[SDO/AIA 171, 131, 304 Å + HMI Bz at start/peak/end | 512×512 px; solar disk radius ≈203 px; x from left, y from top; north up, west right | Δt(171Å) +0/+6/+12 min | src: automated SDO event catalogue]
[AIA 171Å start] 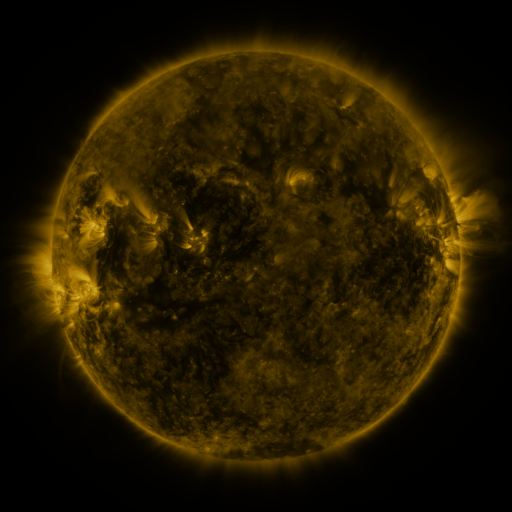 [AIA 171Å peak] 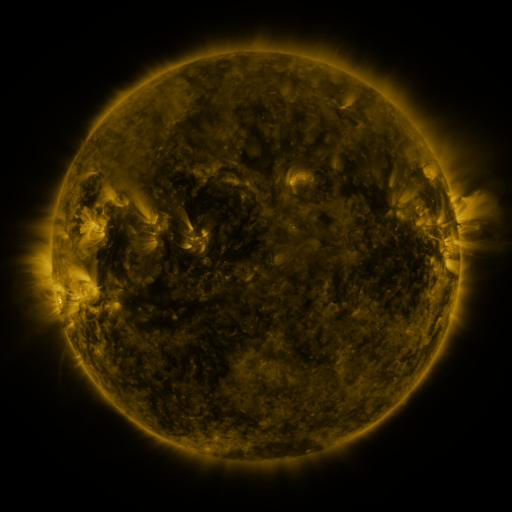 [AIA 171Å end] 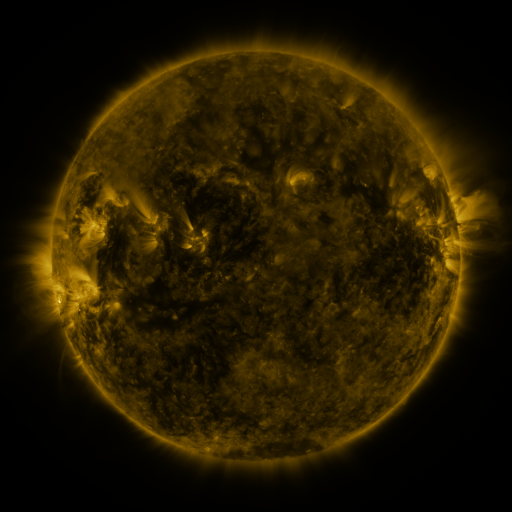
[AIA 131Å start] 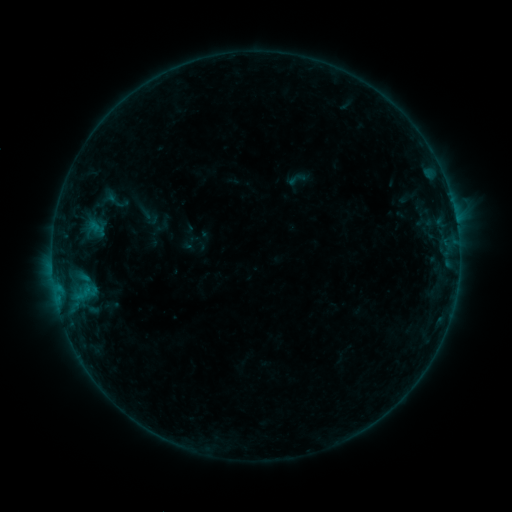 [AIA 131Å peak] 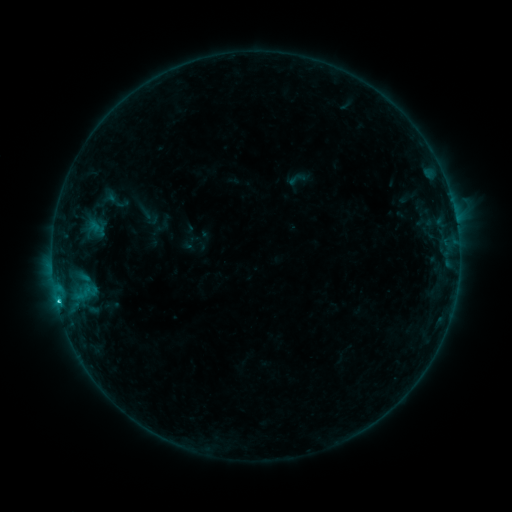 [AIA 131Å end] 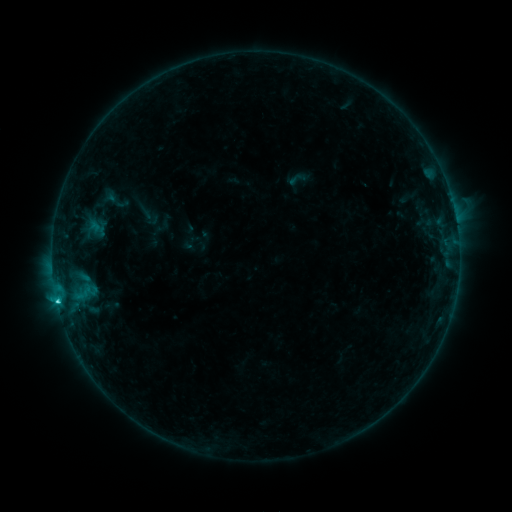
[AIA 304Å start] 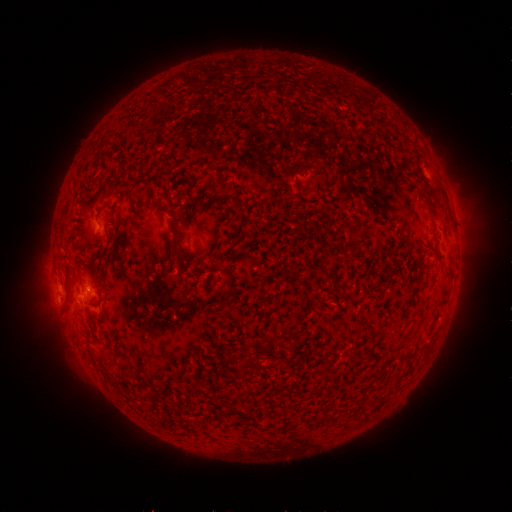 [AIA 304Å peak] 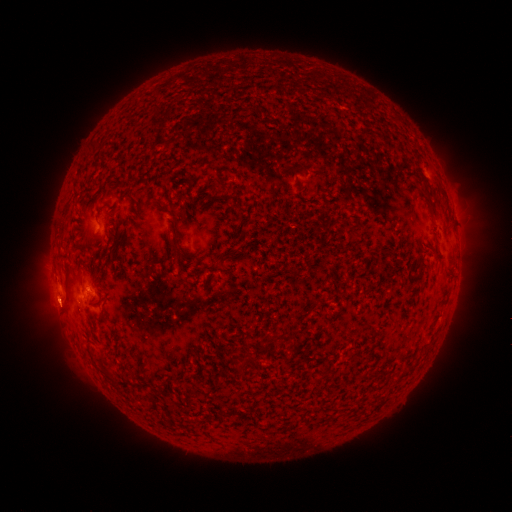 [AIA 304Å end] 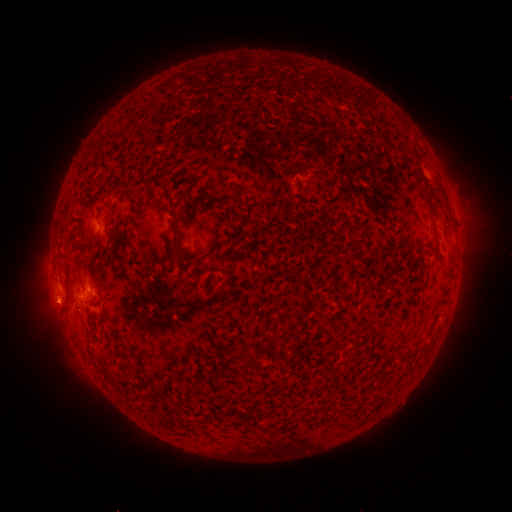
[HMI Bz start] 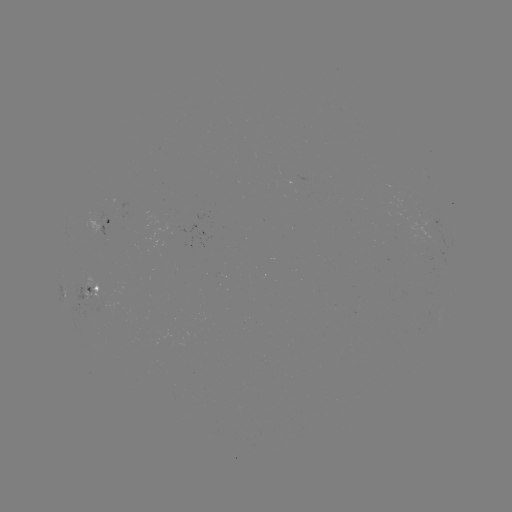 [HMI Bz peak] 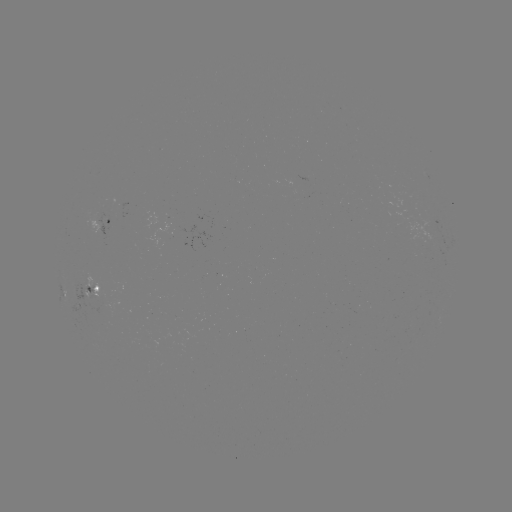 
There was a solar flare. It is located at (59, 298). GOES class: C1.9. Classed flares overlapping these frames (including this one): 1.